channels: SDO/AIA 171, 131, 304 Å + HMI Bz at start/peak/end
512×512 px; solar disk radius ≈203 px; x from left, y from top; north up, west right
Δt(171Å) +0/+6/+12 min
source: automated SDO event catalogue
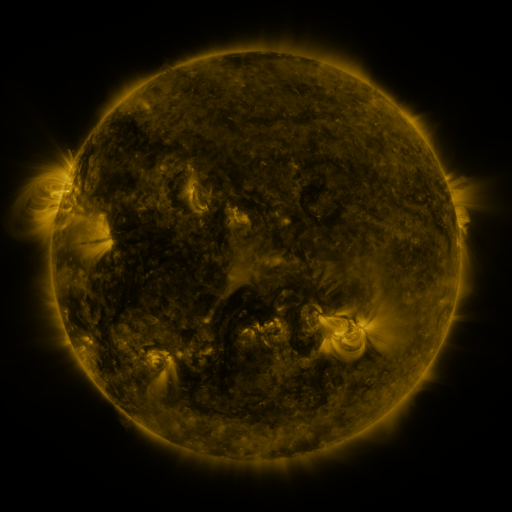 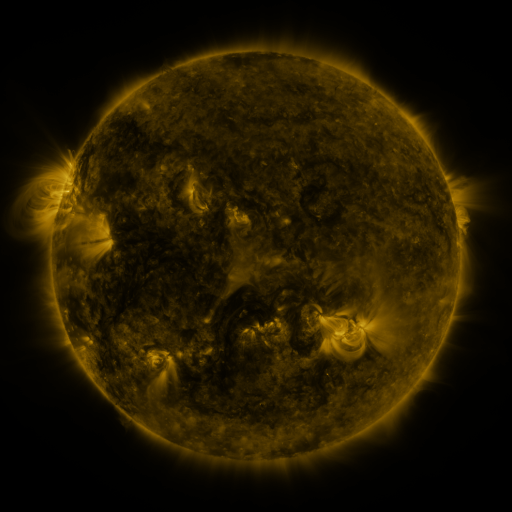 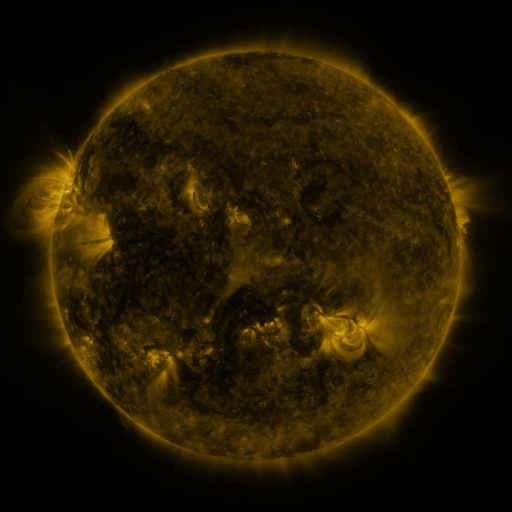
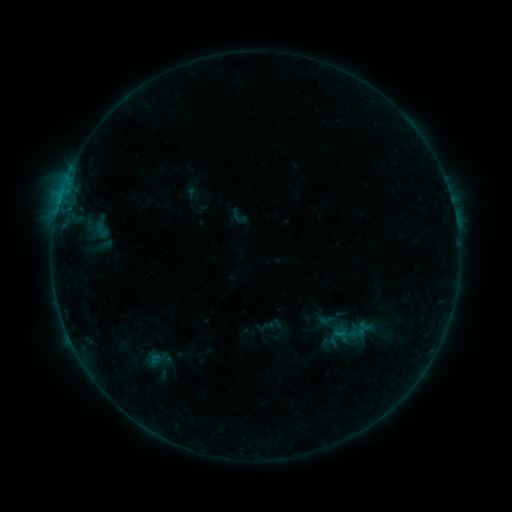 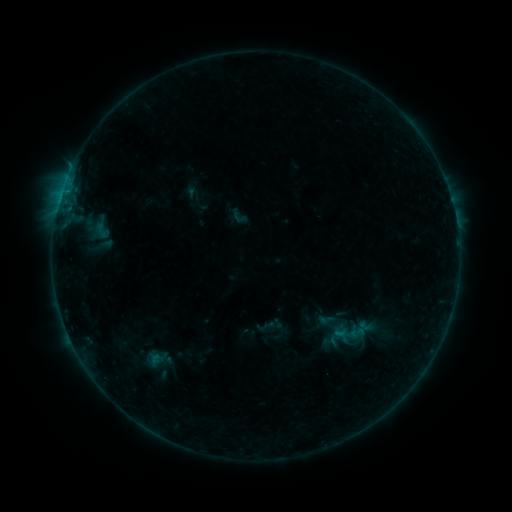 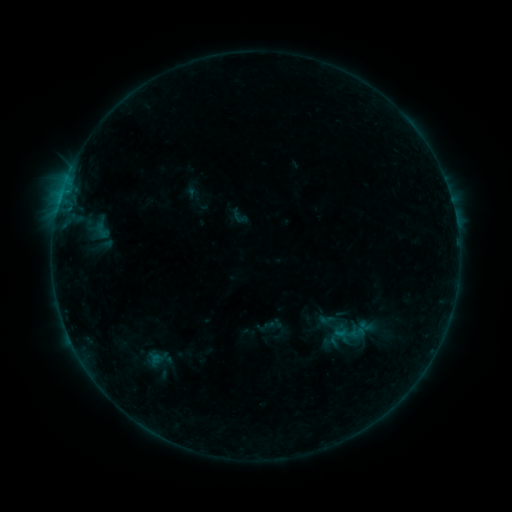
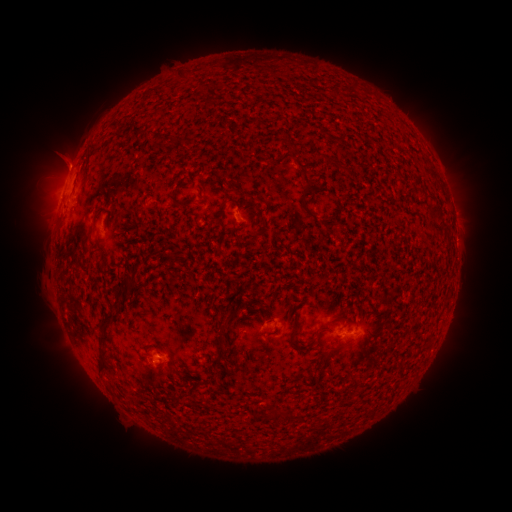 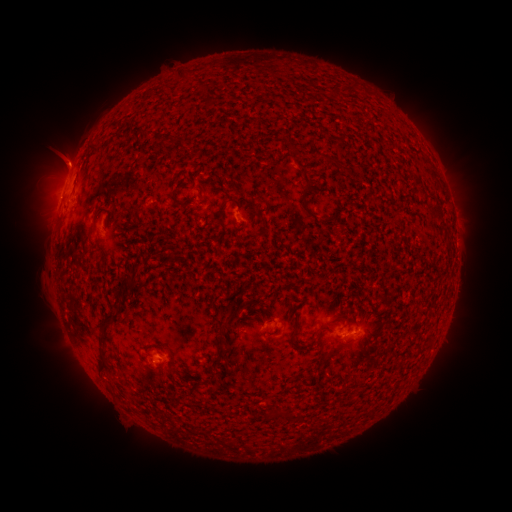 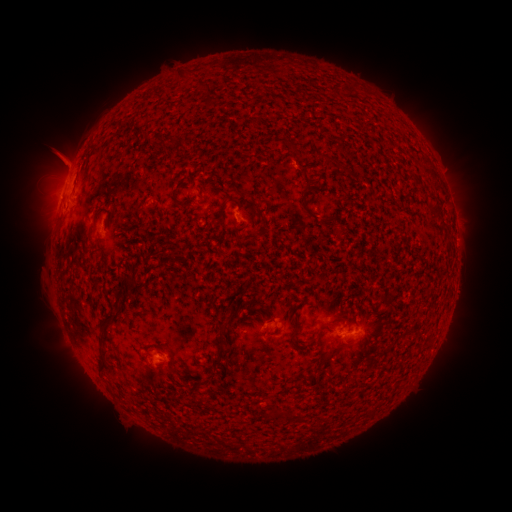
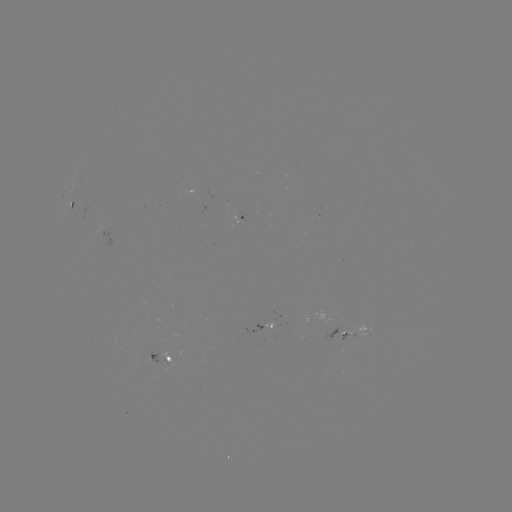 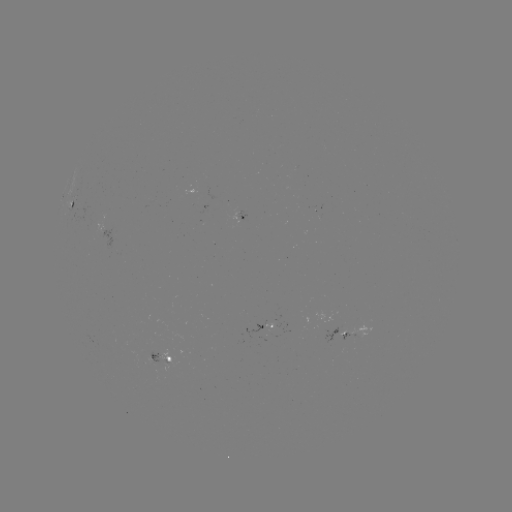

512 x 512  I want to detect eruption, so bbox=[30, 127, 90, 190].